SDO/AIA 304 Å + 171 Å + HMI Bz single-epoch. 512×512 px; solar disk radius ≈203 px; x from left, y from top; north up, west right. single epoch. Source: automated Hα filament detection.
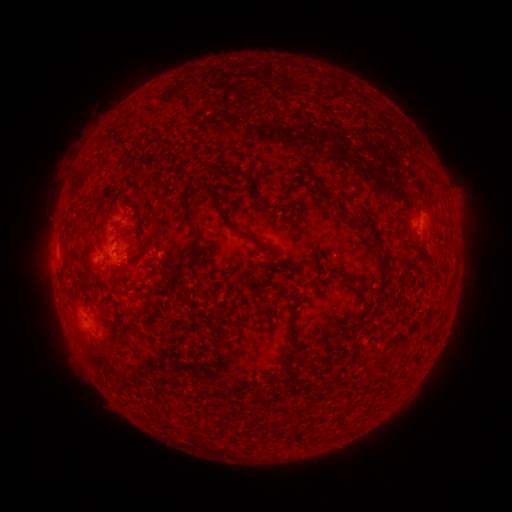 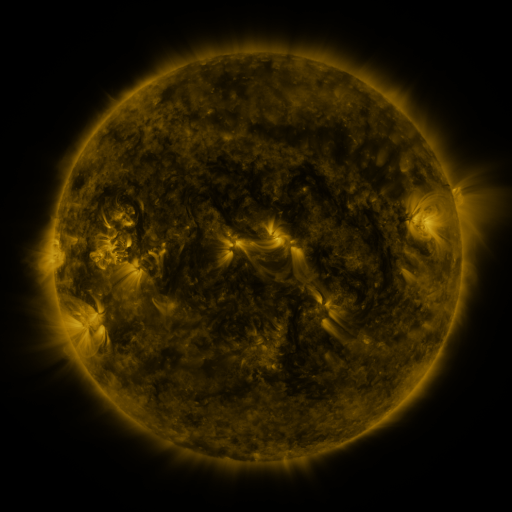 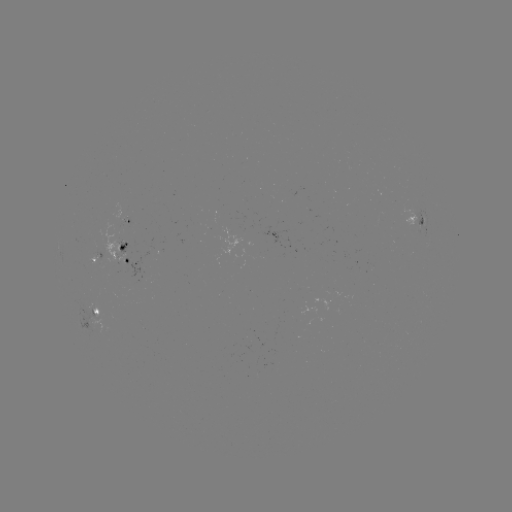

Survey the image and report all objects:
filament: (425, 163)
filament: (212, 166)
filament: (238, 171)
filament: (258, 199)
filament: (218, 204)
filament: (342, 214)
filament: (189, 220)
filament: (361, 223)
filament: (247, 231)
filament: (272, 251)
filament: (313, 252)
filament: (384, 253)
filament: (148, 261)
filament: (112, 275)
filament: (348, 276)
filament: (263, 287)
filament: (138, 289)
filament: (293, 318)
filament: (123, 336)
filament: (103, 355)
filament: (290, 356)
filament: (330, 435)
